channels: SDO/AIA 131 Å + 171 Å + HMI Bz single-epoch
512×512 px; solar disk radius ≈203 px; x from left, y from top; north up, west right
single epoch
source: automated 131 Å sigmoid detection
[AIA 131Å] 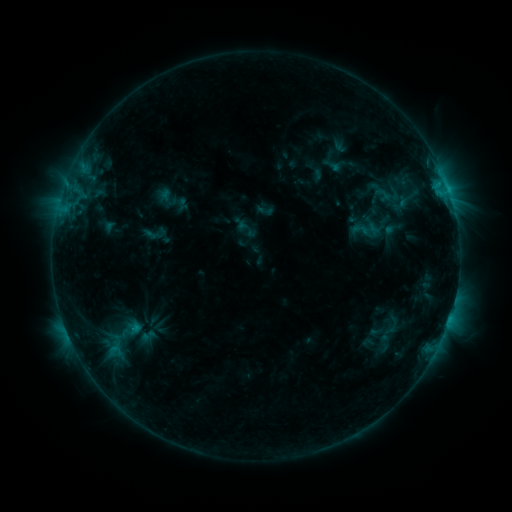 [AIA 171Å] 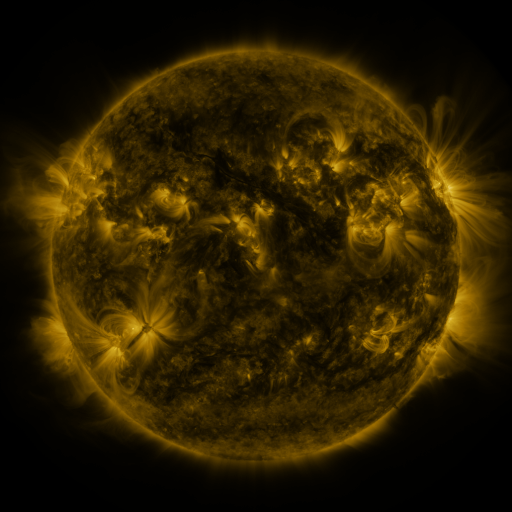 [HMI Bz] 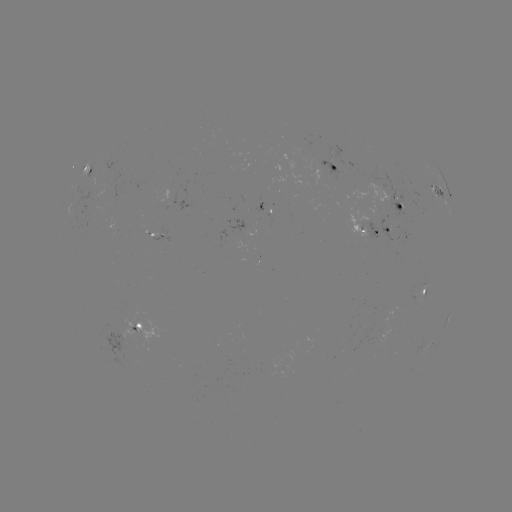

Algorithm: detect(sigmoid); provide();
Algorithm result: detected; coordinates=(147, 336)